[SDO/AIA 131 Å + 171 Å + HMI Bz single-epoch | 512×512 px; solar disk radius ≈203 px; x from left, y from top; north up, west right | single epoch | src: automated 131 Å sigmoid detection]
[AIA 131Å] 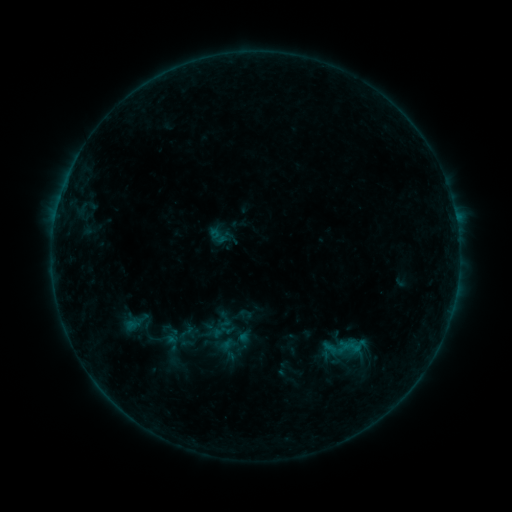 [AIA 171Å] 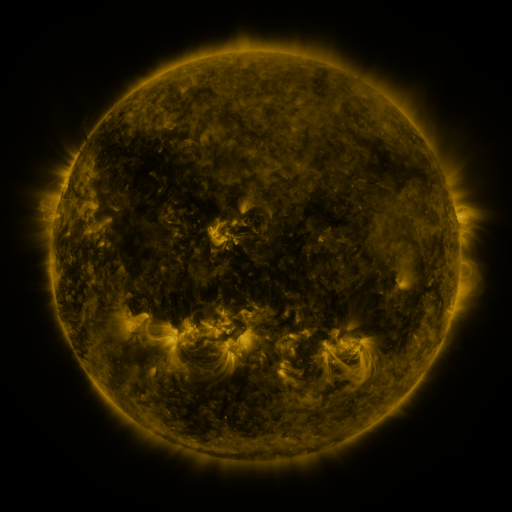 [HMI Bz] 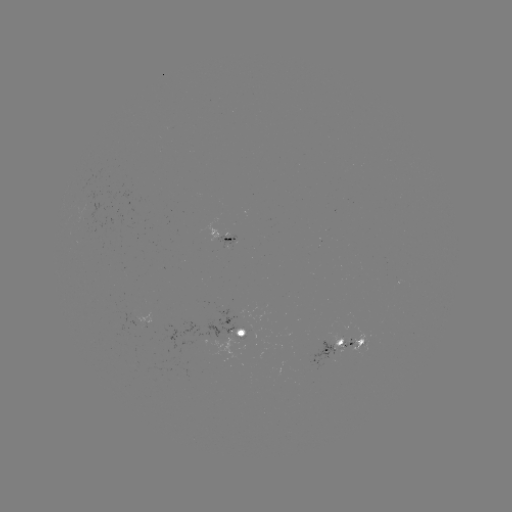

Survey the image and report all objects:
sigmoid: <bbox>174, 320, 198, 342</bbox>
sigmoid: <bbox>326, 336, 351, 361</bbox>
